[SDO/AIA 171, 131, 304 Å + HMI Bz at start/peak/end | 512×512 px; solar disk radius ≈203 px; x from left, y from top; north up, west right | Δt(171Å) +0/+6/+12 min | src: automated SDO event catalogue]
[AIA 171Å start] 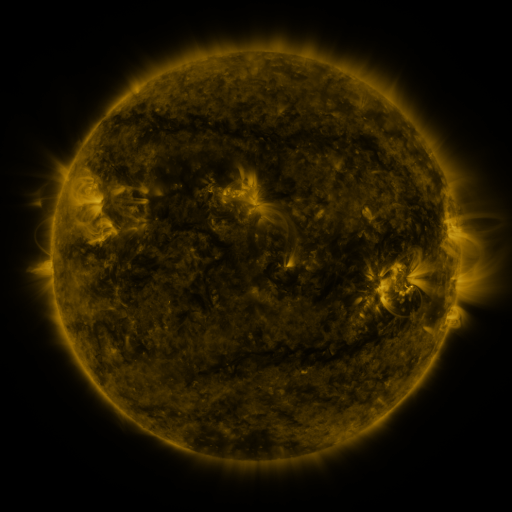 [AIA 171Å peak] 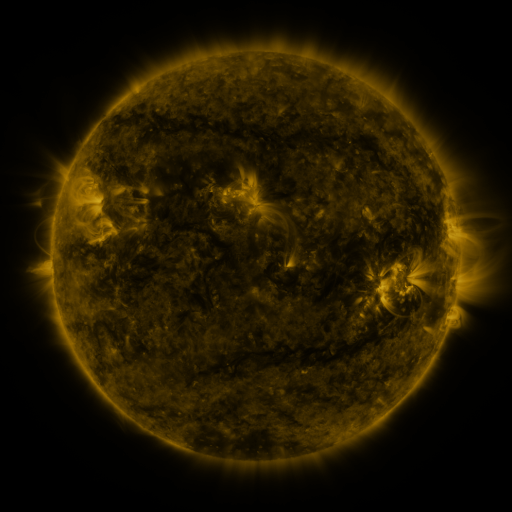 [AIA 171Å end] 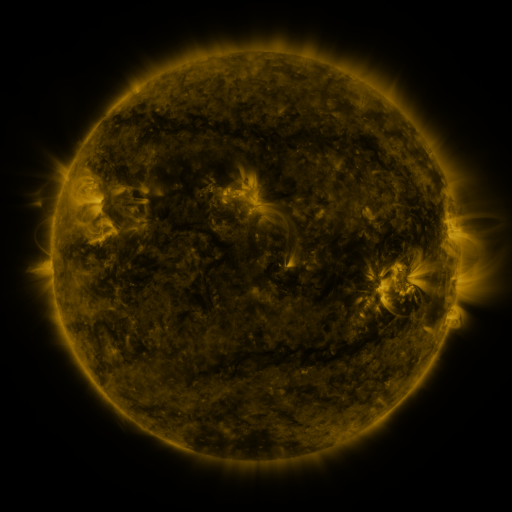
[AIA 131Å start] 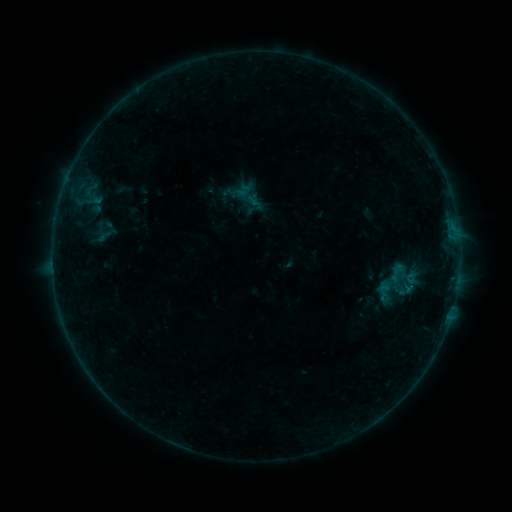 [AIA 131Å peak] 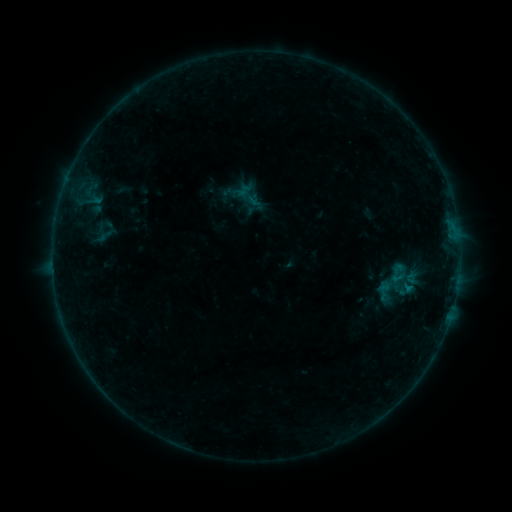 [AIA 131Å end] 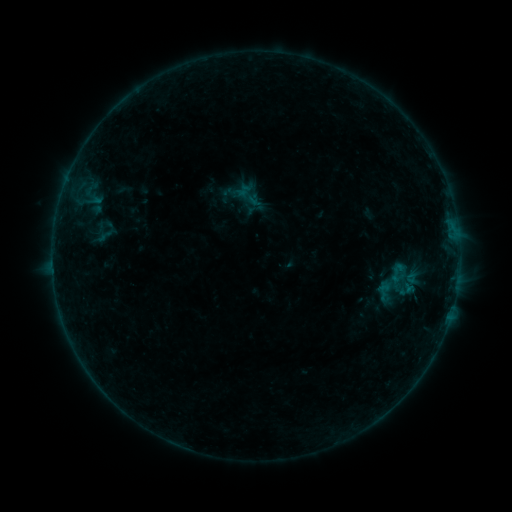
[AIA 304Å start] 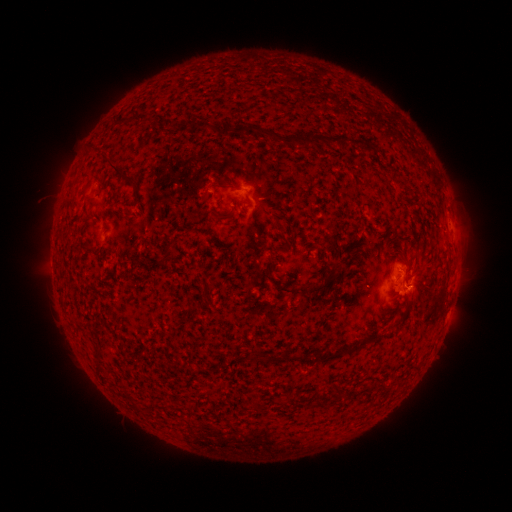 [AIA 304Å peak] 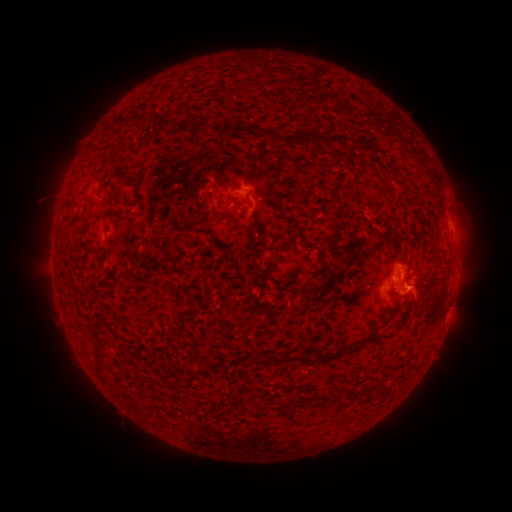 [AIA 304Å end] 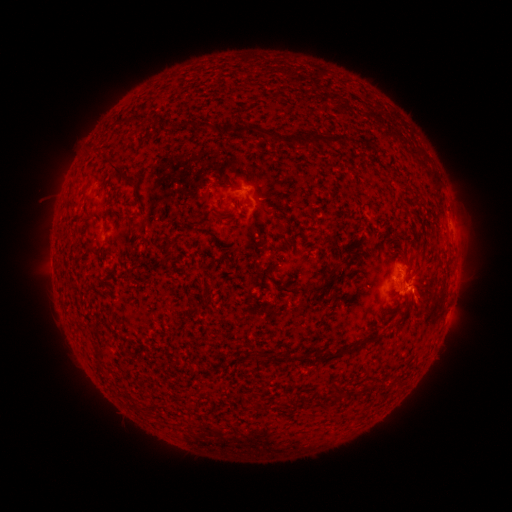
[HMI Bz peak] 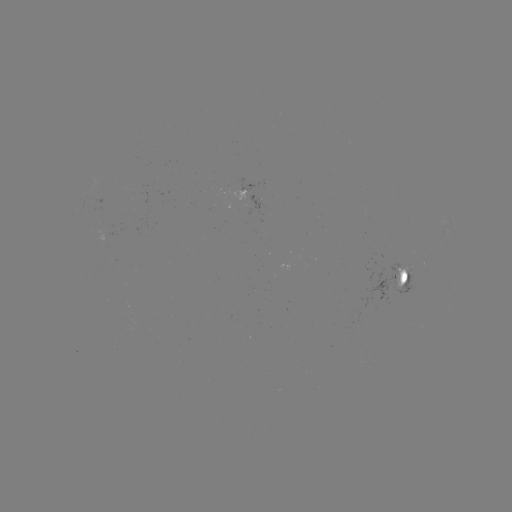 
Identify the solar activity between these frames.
B2.5 flare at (407, 287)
